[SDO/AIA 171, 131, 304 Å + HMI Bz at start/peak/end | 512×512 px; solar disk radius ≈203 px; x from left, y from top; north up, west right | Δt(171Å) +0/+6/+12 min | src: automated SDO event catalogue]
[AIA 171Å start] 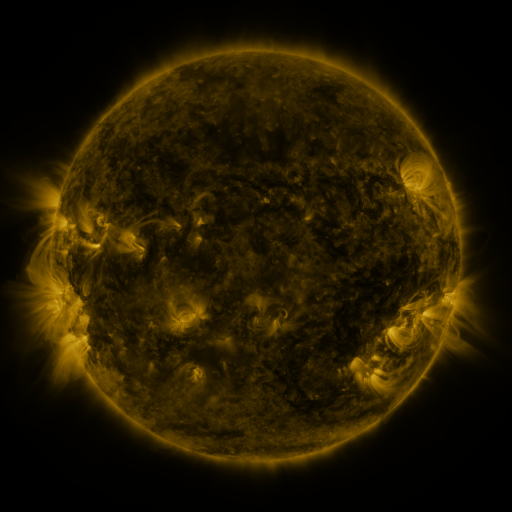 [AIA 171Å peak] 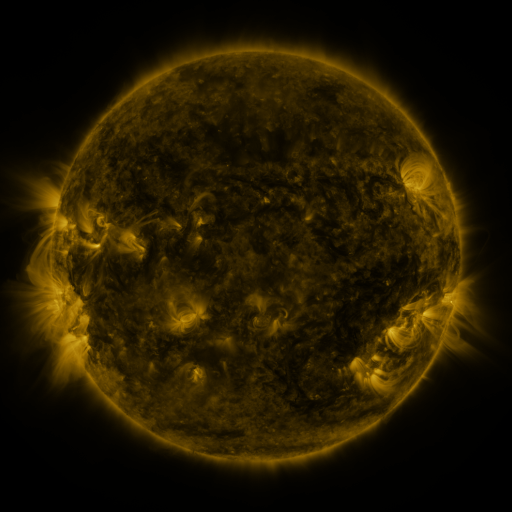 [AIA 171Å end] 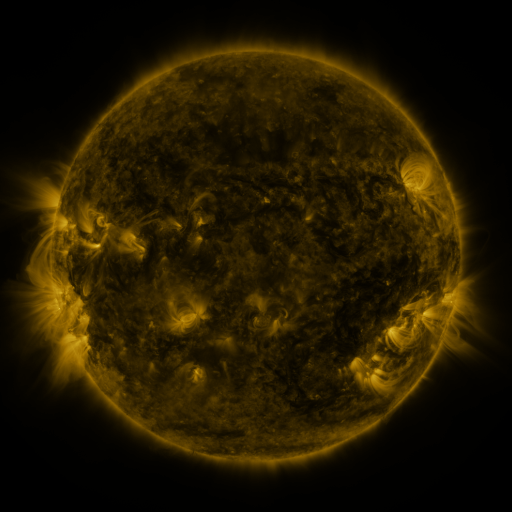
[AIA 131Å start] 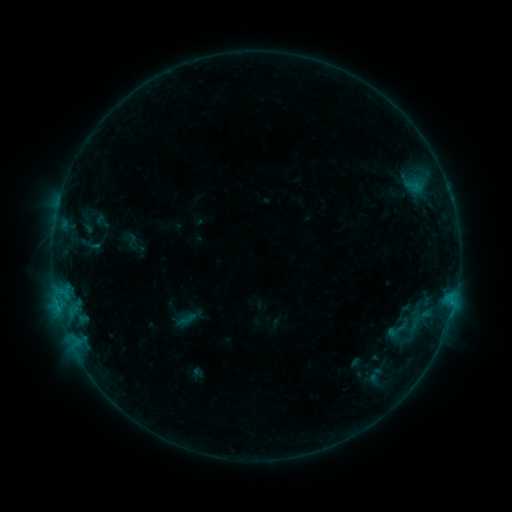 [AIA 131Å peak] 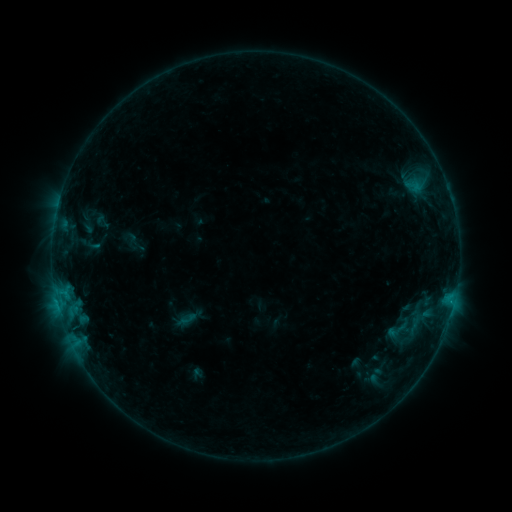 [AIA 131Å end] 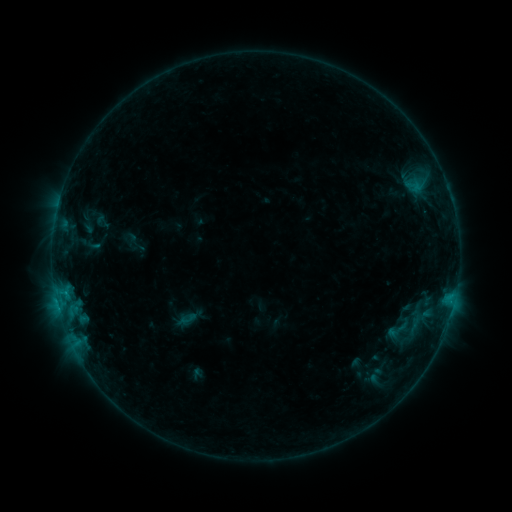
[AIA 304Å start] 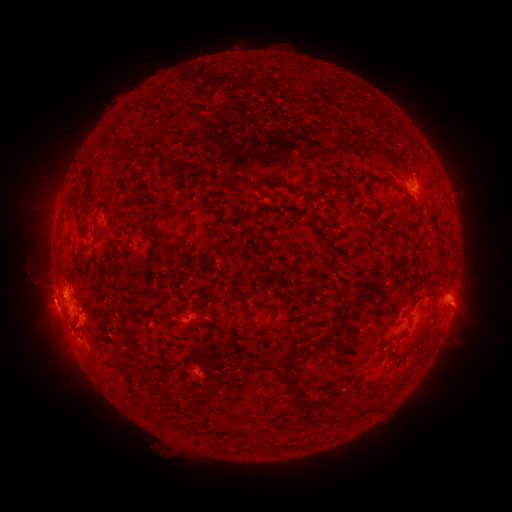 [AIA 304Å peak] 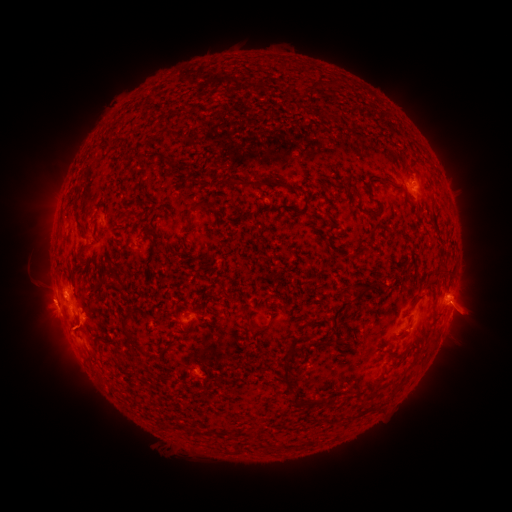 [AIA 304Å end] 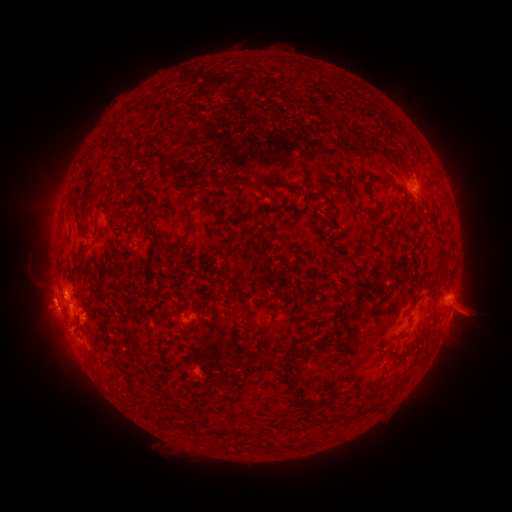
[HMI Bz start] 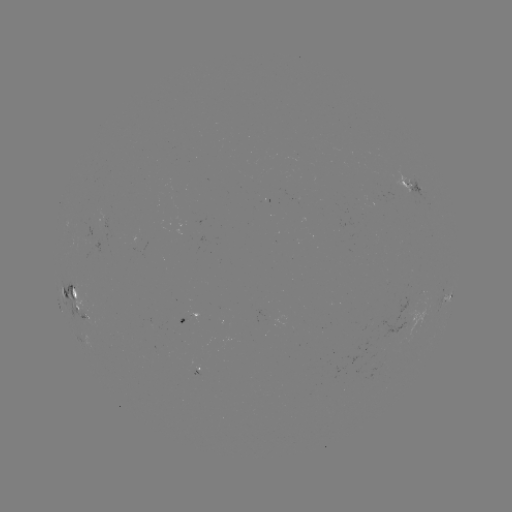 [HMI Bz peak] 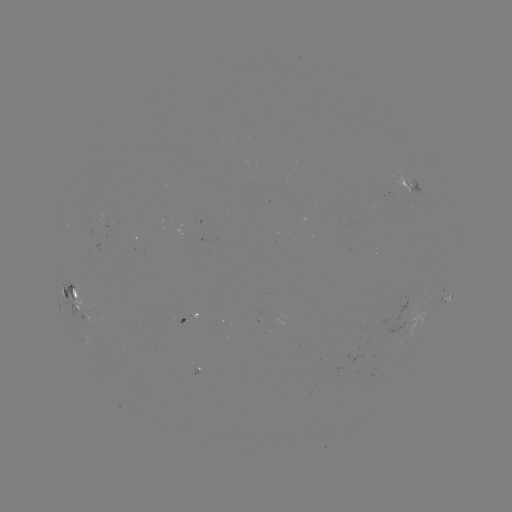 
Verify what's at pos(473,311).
eruption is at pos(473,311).